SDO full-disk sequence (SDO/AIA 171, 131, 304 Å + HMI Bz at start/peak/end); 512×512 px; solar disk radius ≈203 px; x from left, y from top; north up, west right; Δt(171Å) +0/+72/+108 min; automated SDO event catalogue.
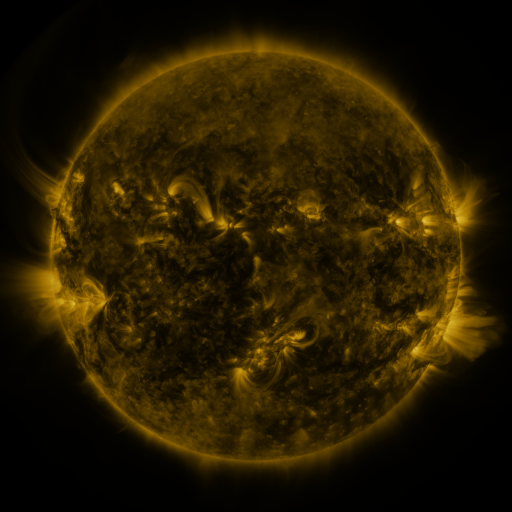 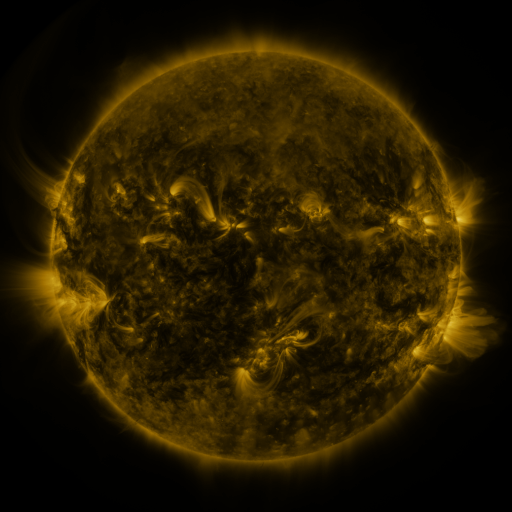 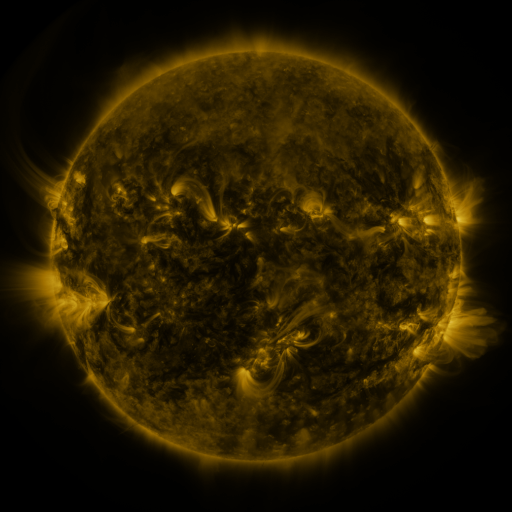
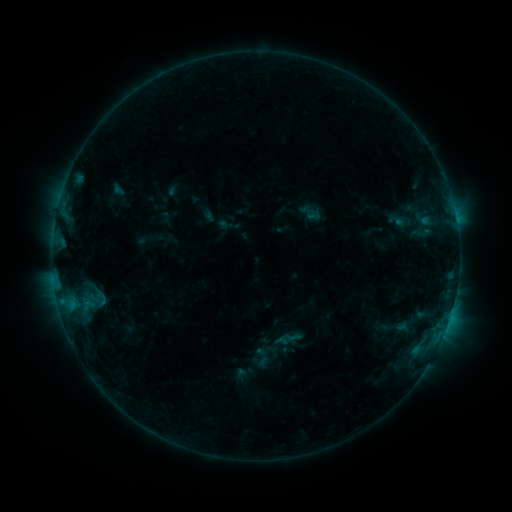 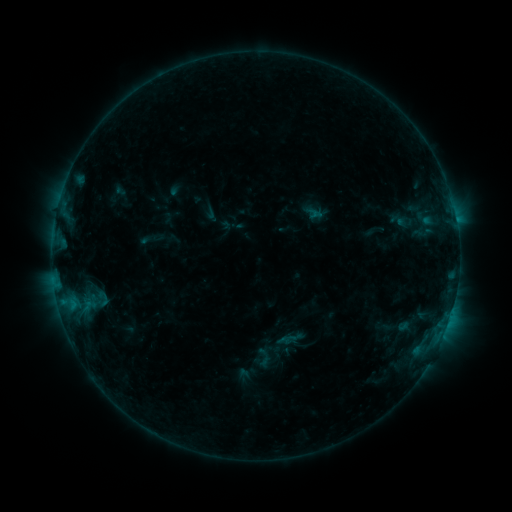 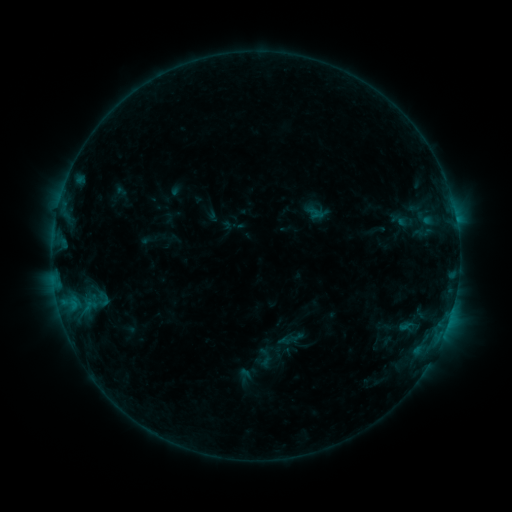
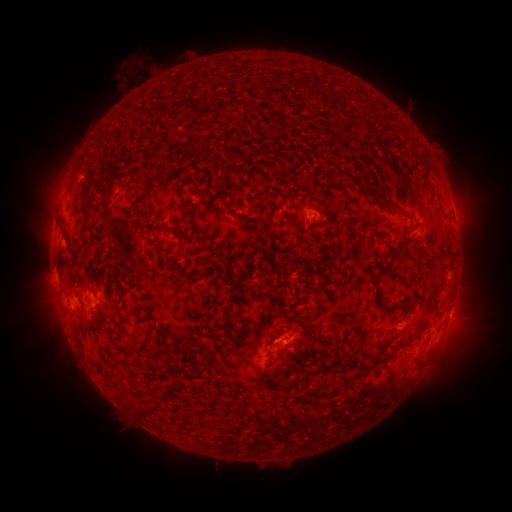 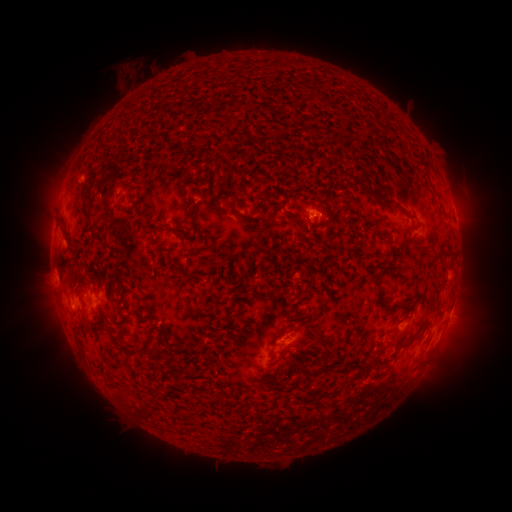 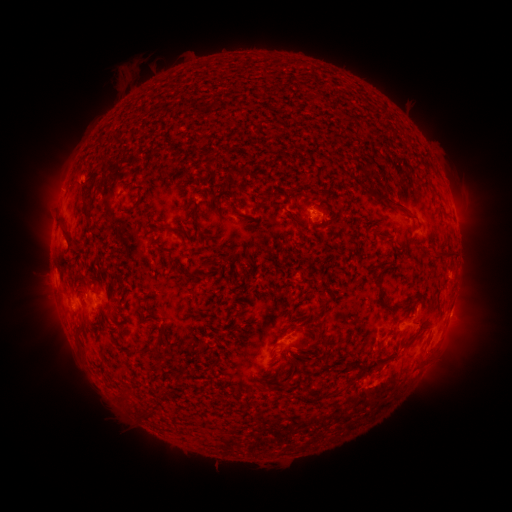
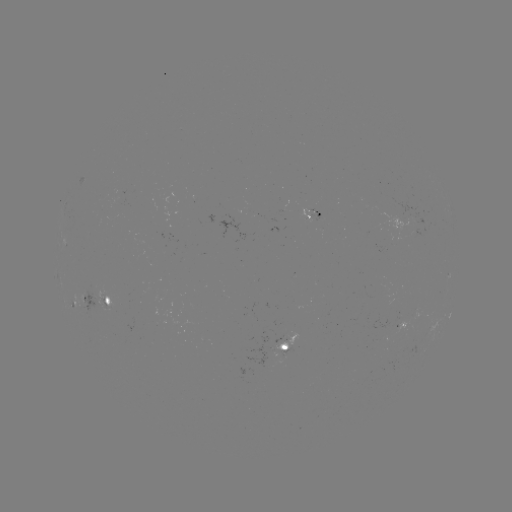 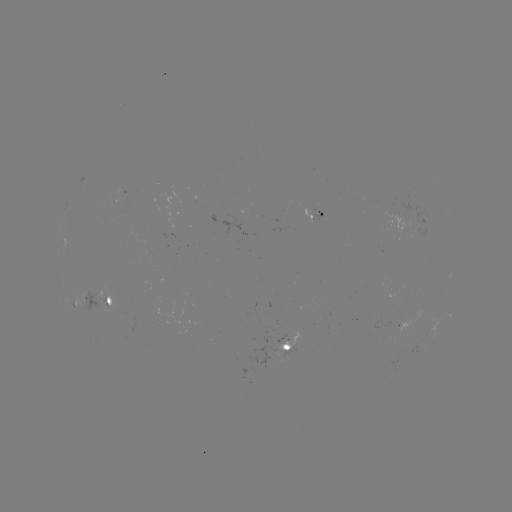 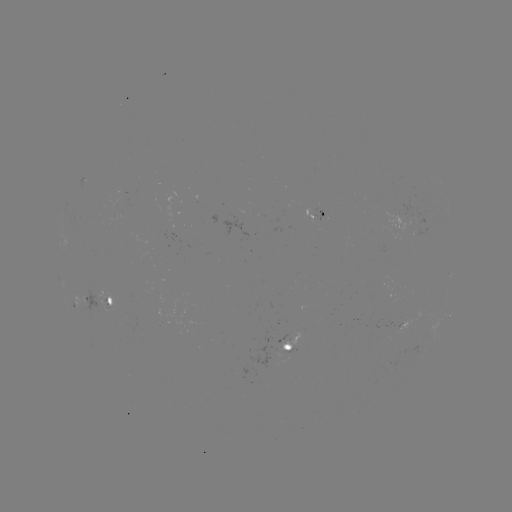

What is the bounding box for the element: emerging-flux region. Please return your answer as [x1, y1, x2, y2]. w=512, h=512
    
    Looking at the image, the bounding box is [80, 286, 114, 318].